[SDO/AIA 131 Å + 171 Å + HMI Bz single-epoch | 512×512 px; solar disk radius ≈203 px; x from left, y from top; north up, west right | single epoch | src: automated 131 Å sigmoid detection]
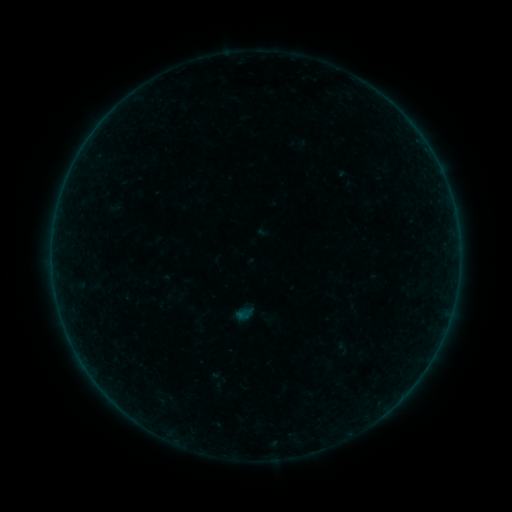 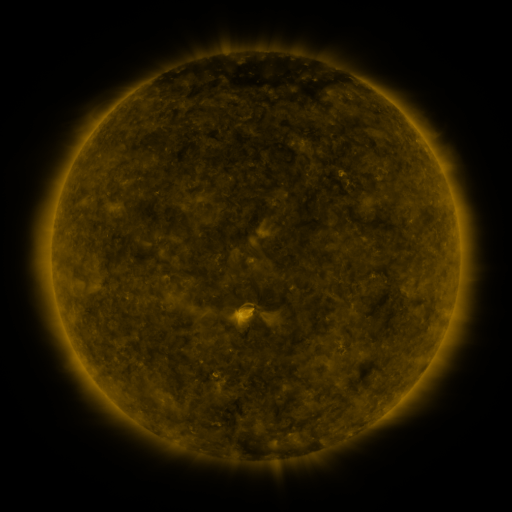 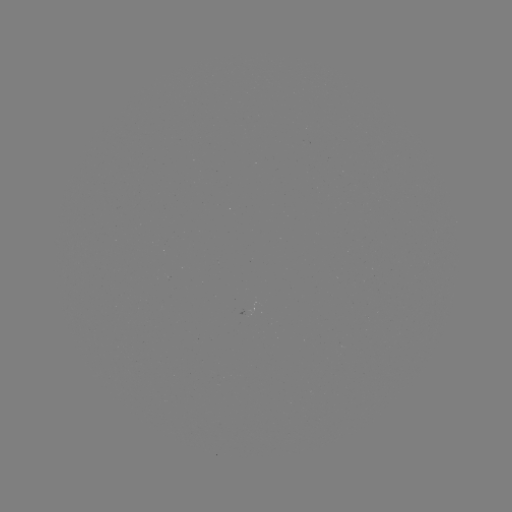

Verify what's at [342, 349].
sigmoid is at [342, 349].